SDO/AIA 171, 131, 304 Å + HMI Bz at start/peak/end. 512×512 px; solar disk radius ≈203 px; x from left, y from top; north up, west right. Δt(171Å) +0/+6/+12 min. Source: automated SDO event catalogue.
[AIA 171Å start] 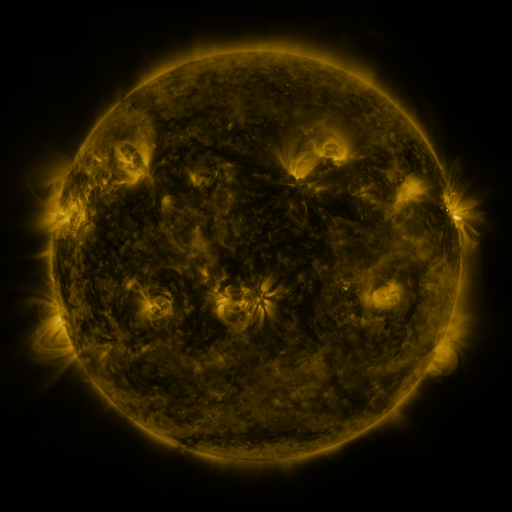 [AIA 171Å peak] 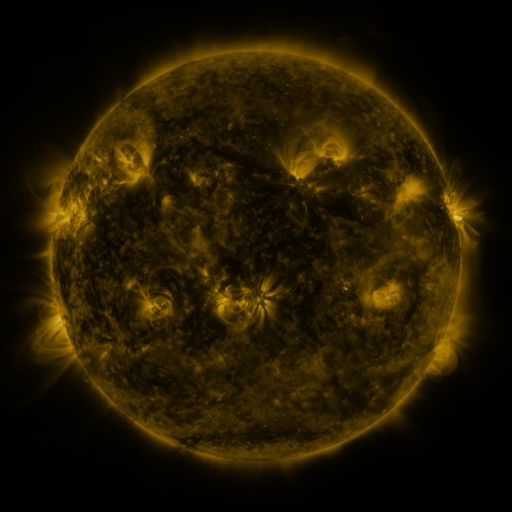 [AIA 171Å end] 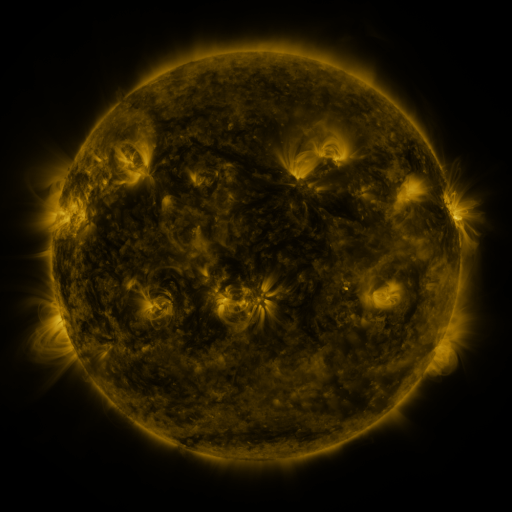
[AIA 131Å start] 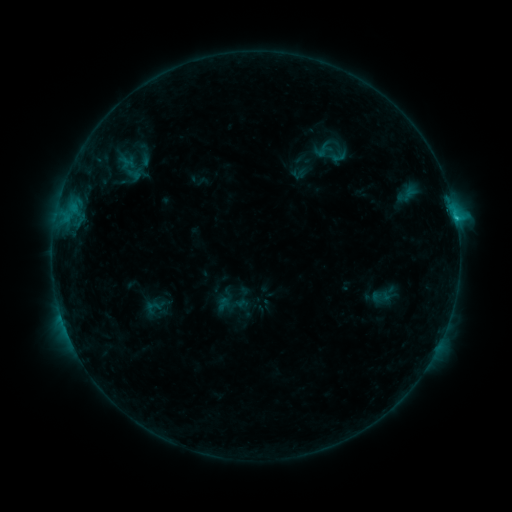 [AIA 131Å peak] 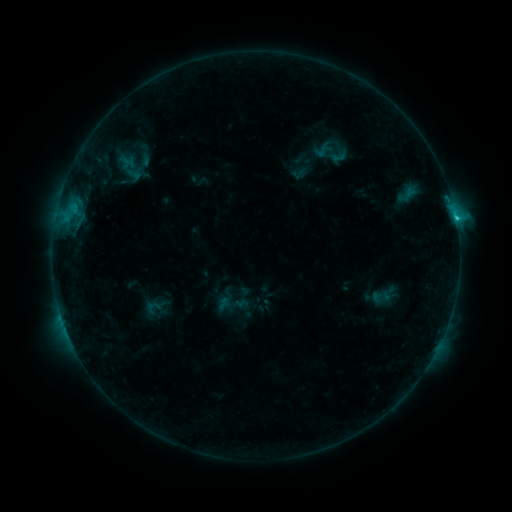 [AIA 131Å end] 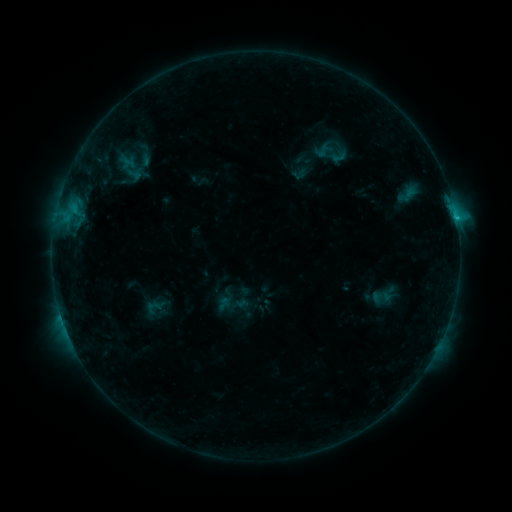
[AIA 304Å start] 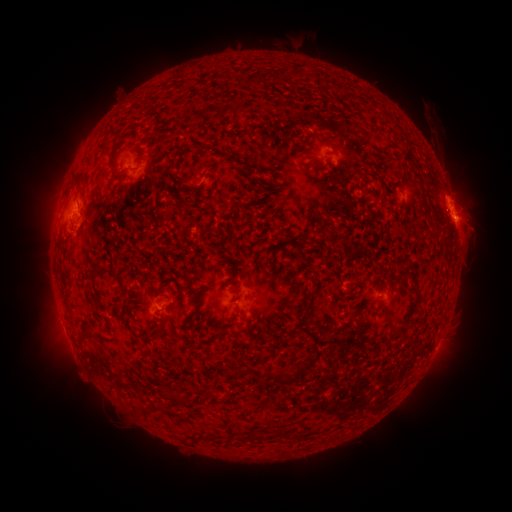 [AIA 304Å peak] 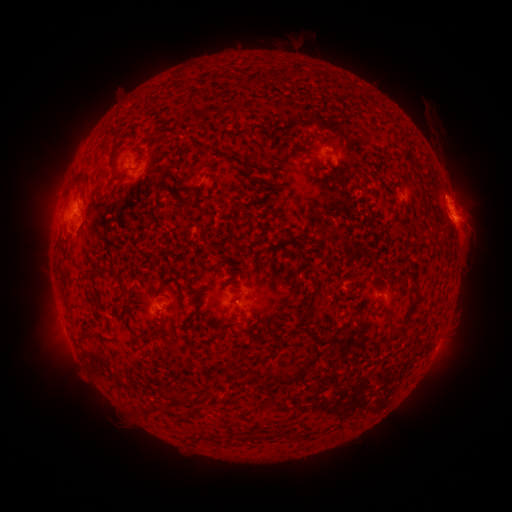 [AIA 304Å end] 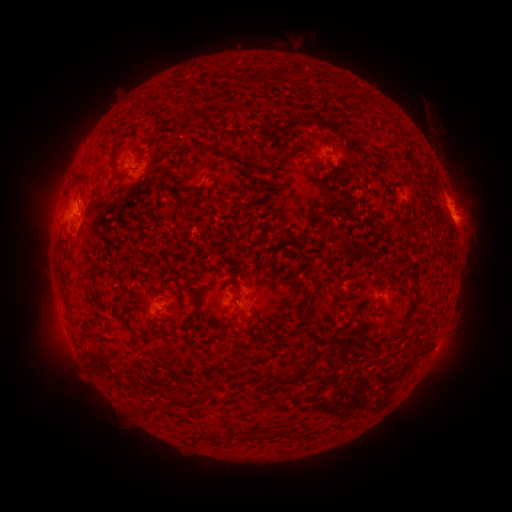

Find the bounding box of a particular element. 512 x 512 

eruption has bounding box [416, 195, 464, 245].